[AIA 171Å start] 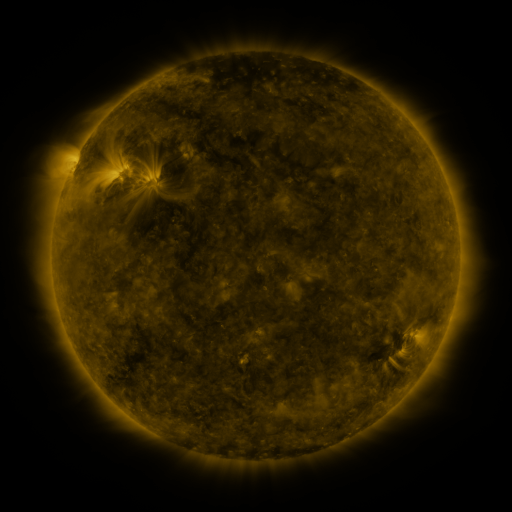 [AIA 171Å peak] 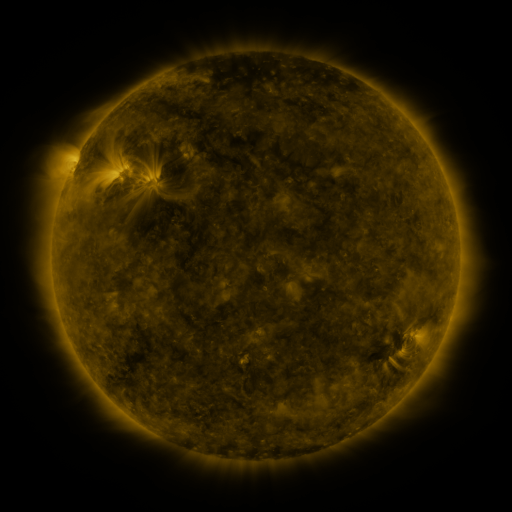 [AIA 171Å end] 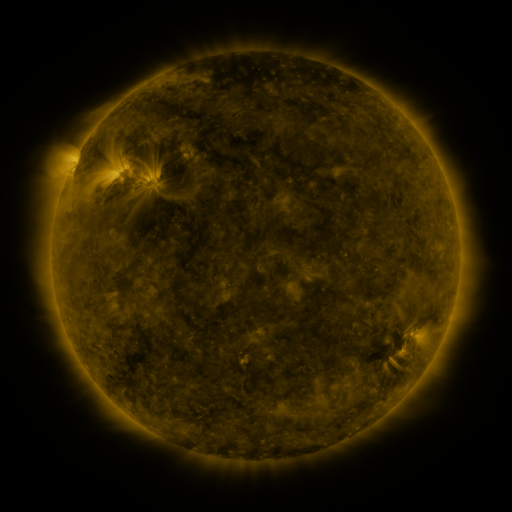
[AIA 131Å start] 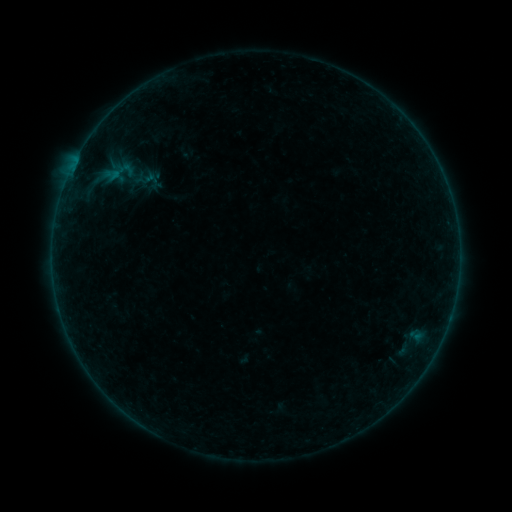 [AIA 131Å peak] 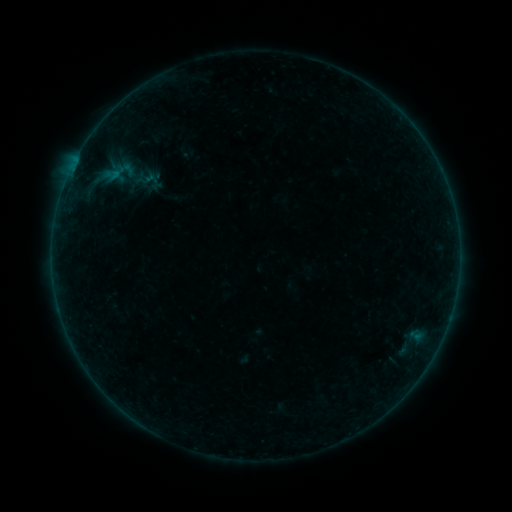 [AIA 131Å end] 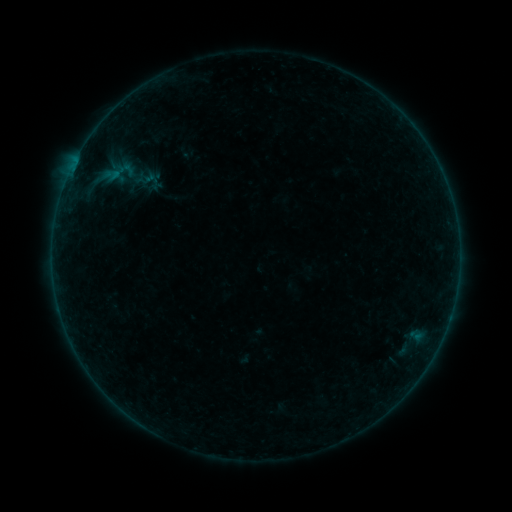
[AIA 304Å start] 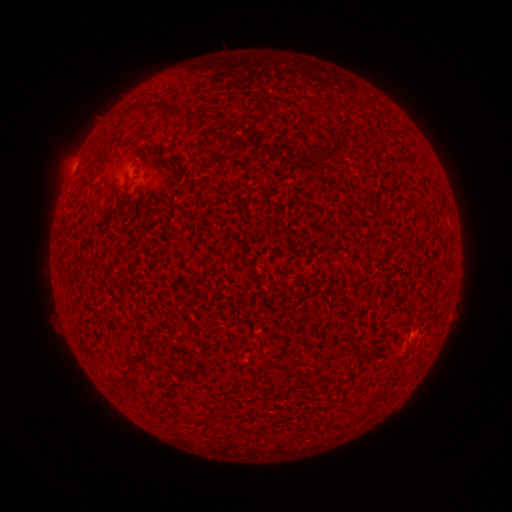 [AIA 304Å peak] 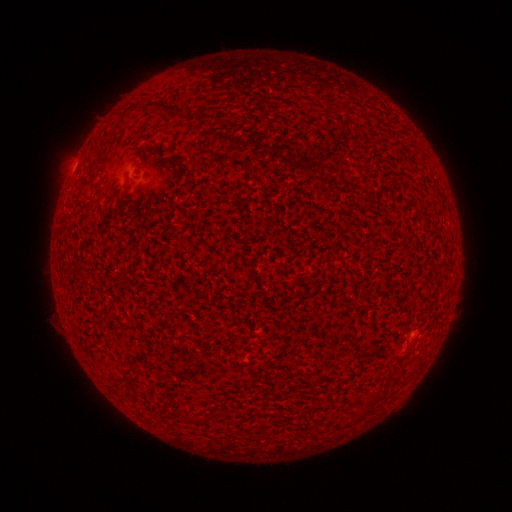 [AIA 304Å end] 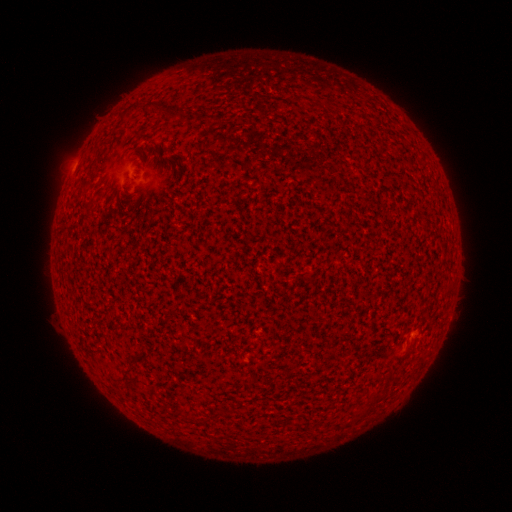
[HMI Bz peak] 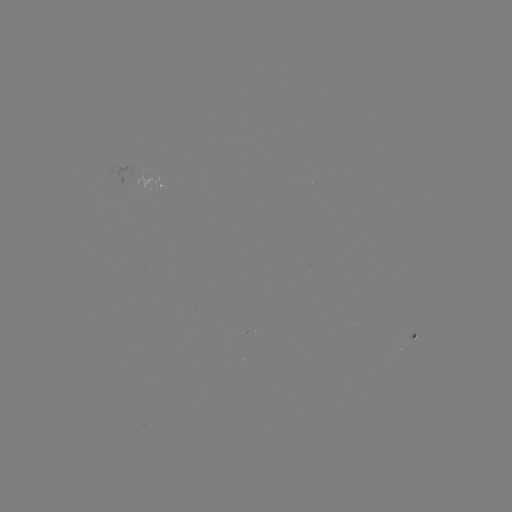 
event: flare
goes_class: A1.0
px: (73, 168)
